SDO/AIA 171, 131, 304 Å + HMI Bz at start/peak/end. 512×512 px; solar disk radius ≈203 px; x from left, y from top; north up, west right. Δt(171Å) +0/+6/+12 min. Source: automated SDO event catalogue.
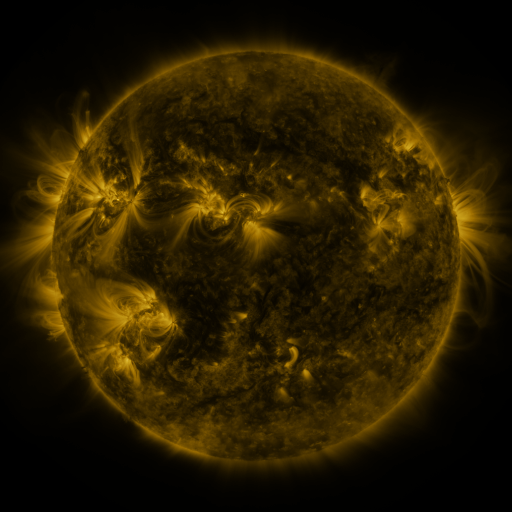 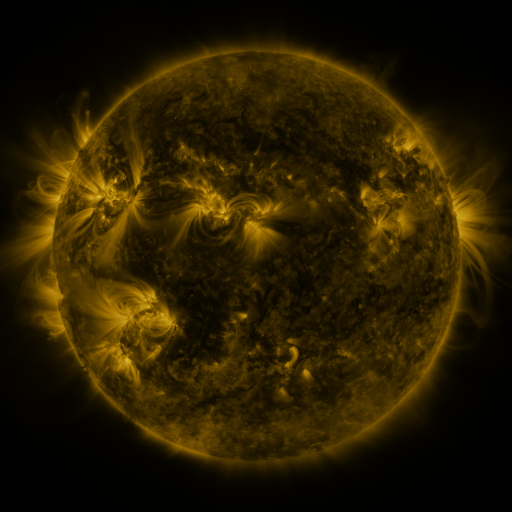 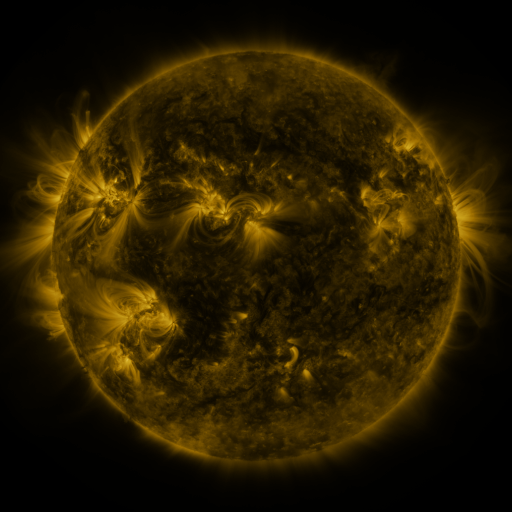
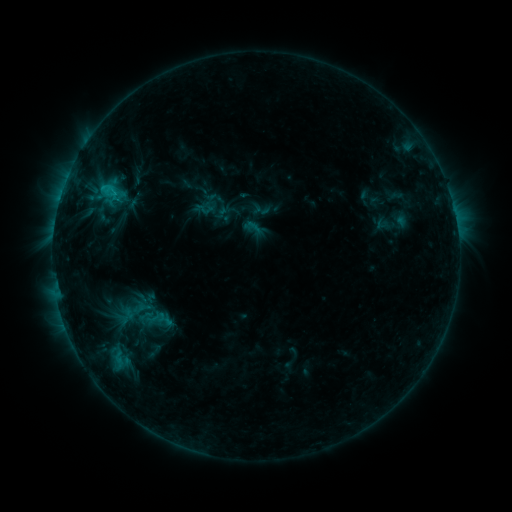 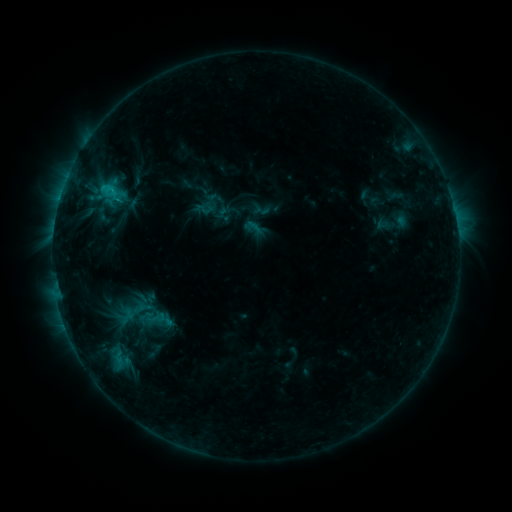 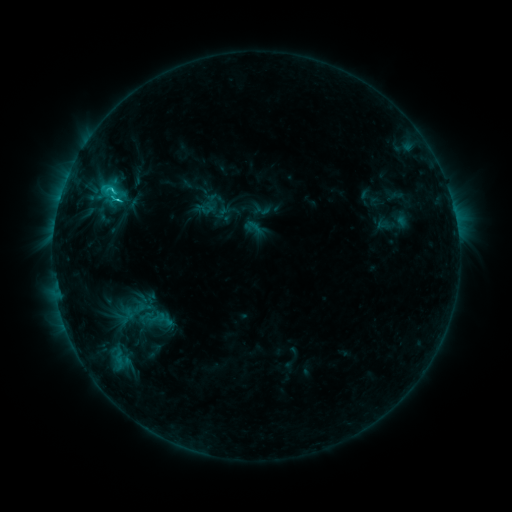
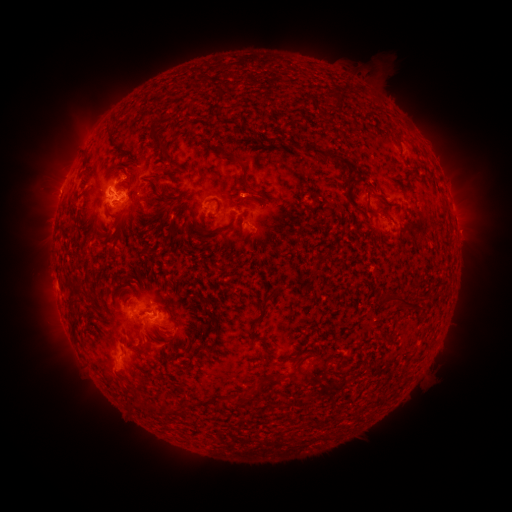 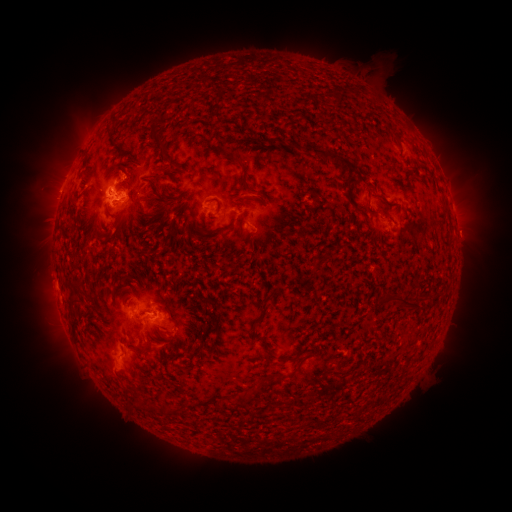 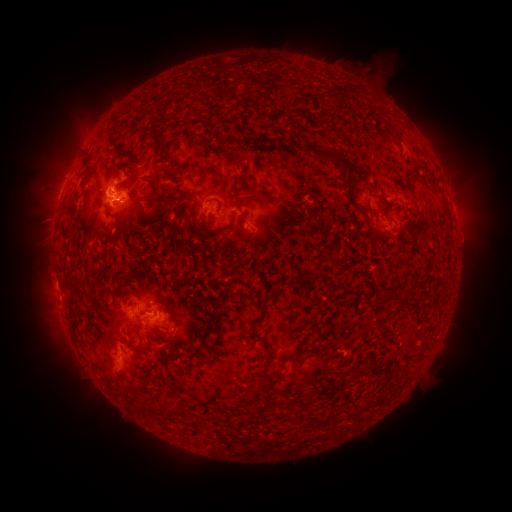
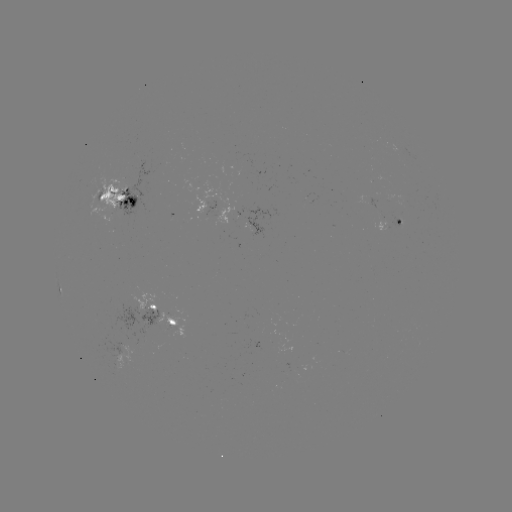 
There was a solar eruption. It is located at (470, 233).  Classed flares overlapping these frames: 1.